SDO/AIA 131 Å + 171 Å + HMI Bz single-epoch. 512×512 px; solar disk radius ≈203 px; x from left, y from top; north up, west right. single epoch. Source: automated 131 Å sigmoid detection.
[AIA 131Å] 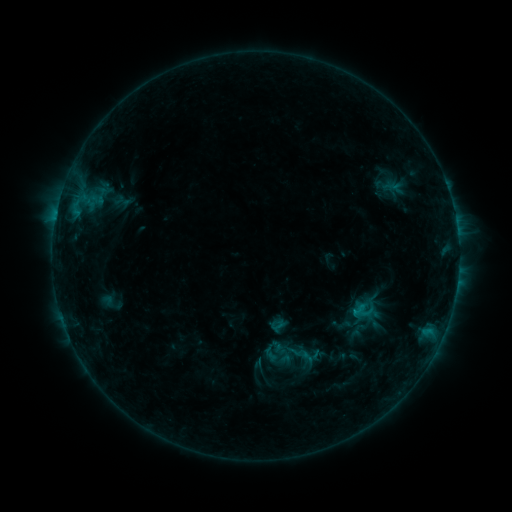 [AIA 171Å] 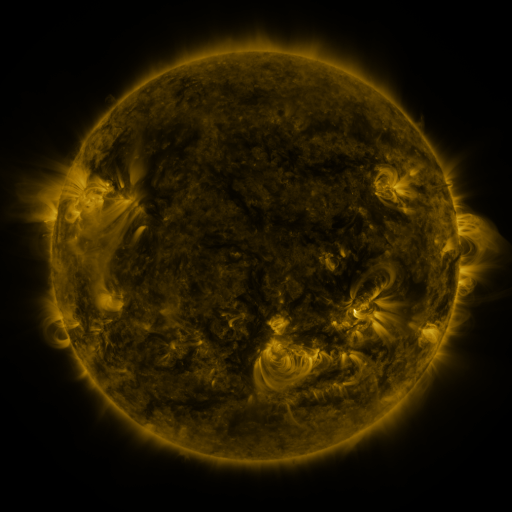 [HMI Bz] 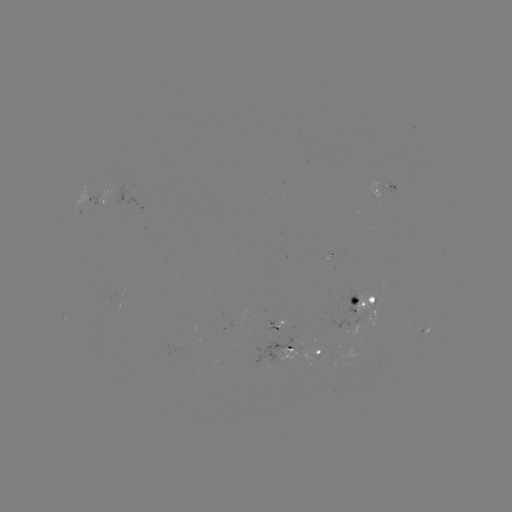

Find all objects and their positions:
sigmoid: [353, 300, 374, 321]
